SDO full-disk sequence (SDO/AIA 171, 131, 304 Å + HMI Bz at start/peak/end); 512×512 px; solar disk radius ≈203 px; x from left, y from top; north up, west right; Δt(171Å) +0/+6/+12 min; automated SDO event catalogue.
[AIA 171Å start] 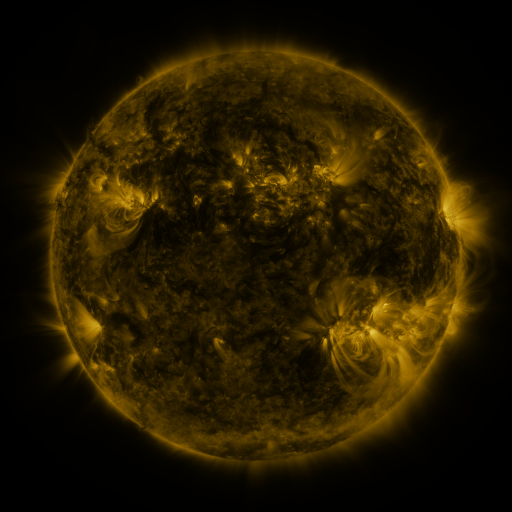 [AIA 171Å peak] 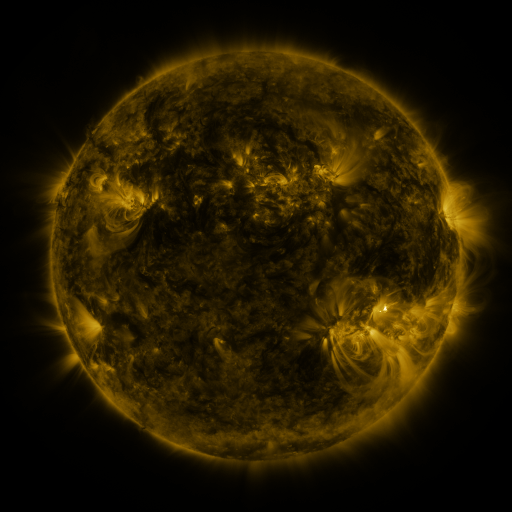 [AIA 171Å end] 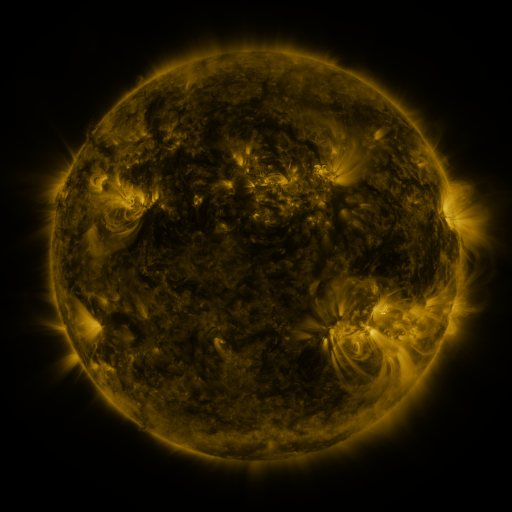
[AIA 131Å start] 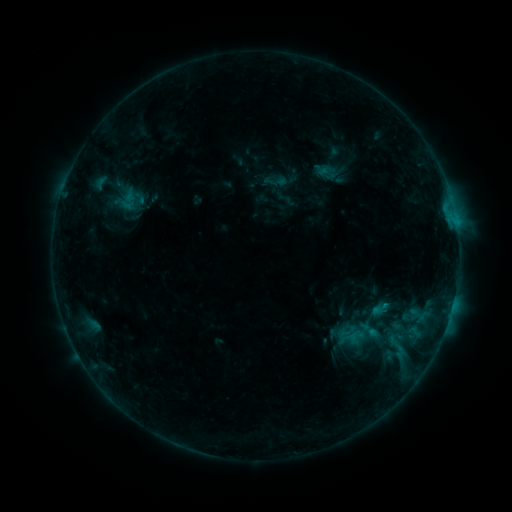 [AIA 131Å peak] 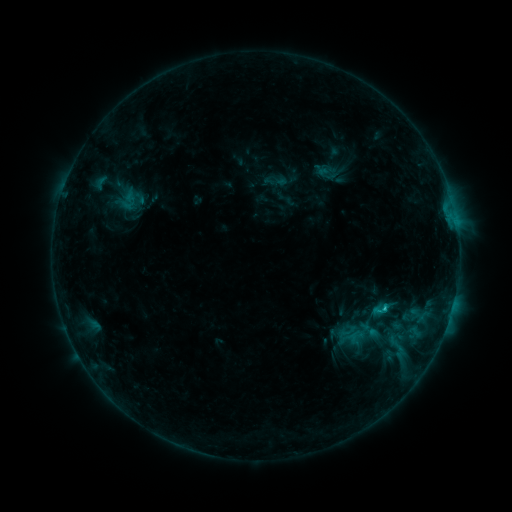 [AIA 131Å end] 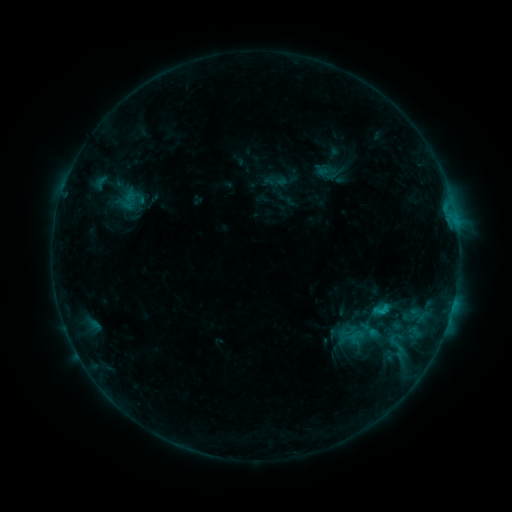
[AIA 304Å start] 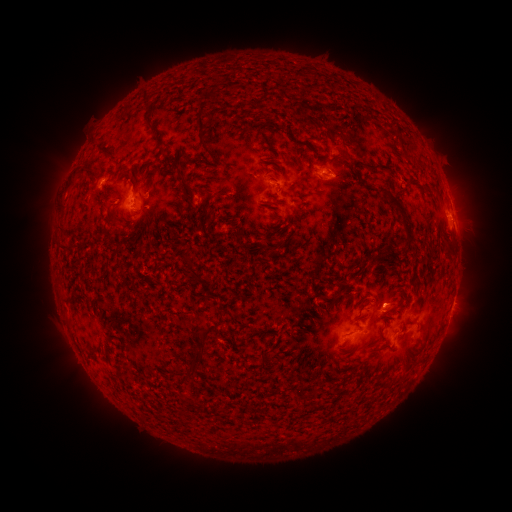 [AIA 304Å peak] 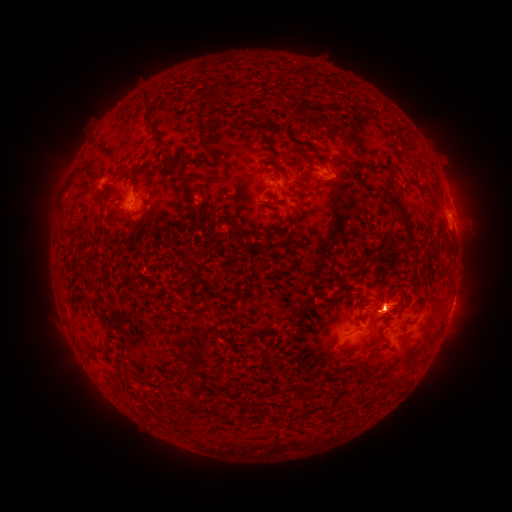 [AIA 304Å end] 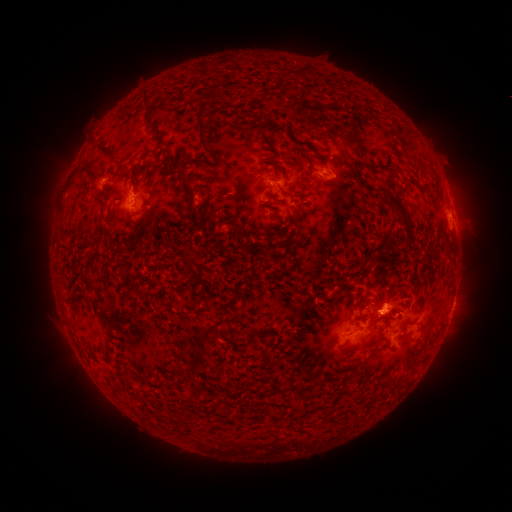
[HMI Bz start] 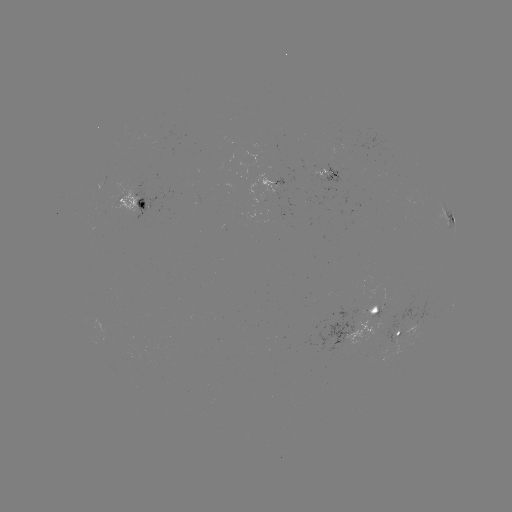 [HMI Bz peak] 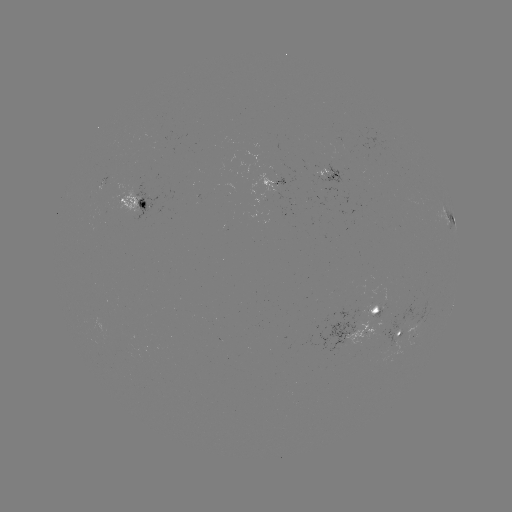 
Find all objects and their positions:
C1.4 flare: (383, 306)
